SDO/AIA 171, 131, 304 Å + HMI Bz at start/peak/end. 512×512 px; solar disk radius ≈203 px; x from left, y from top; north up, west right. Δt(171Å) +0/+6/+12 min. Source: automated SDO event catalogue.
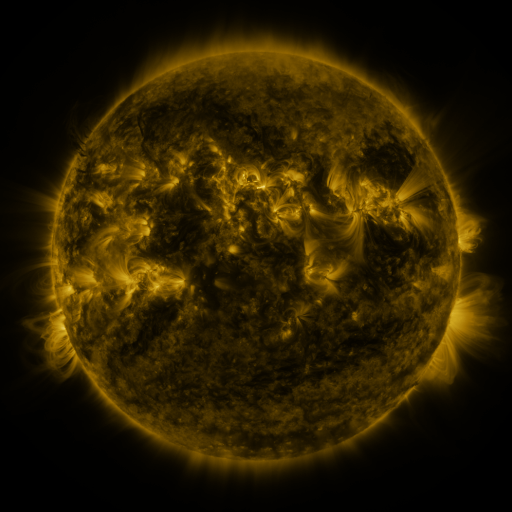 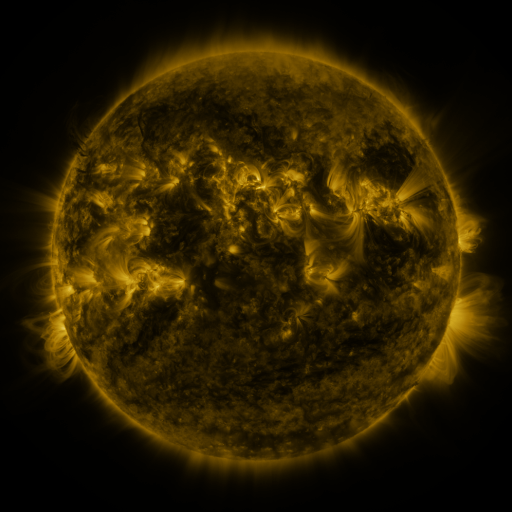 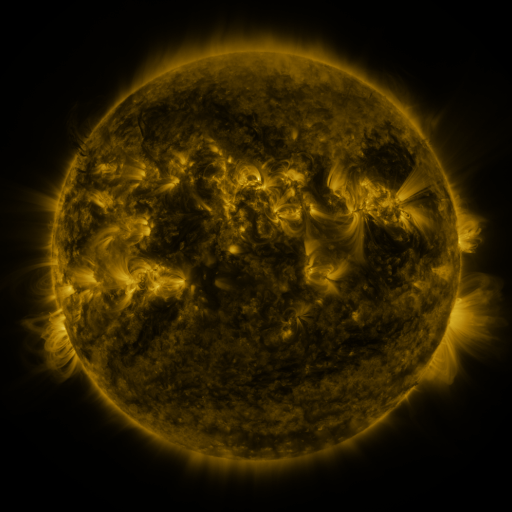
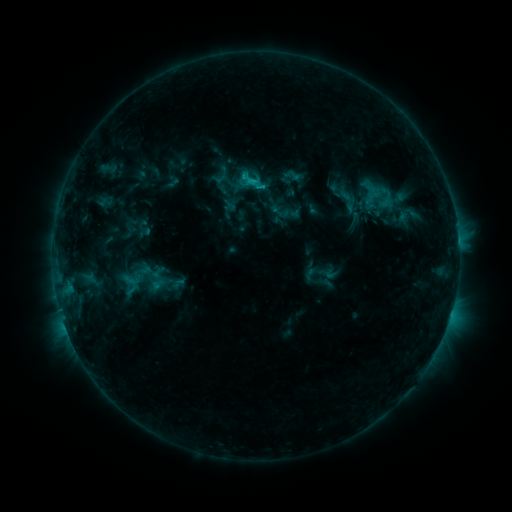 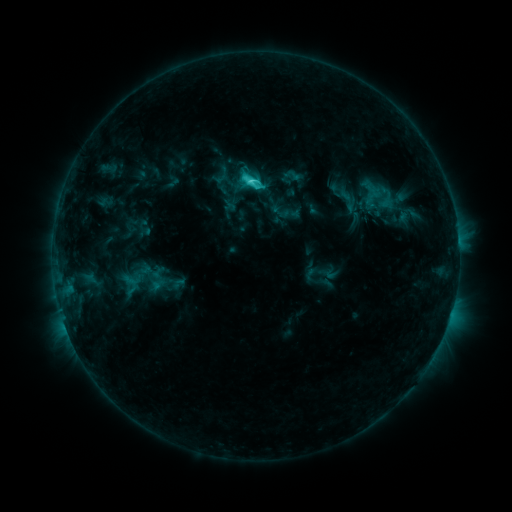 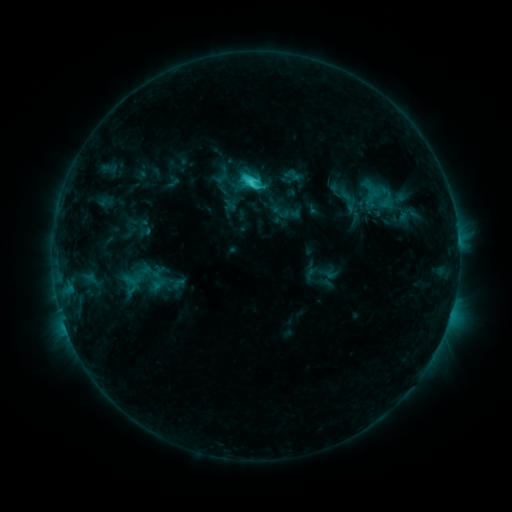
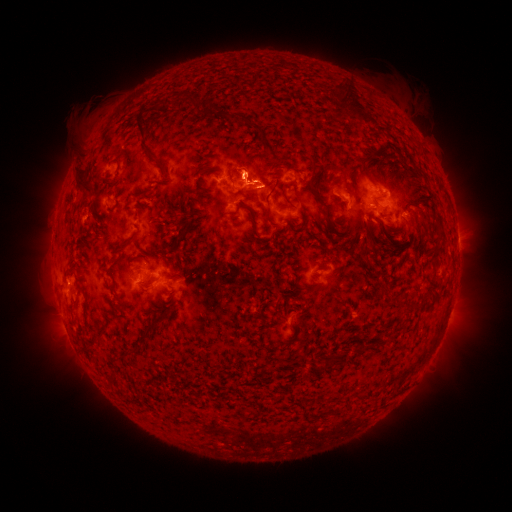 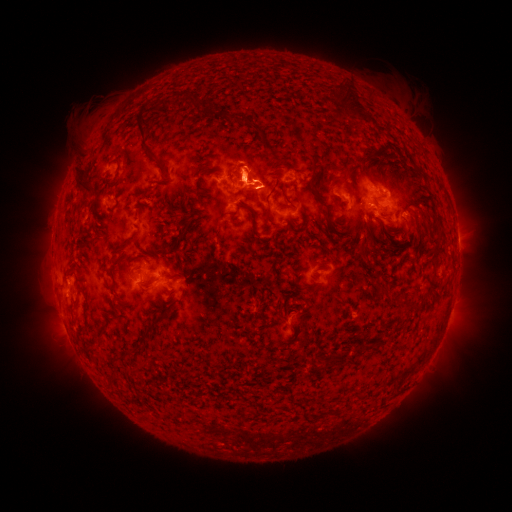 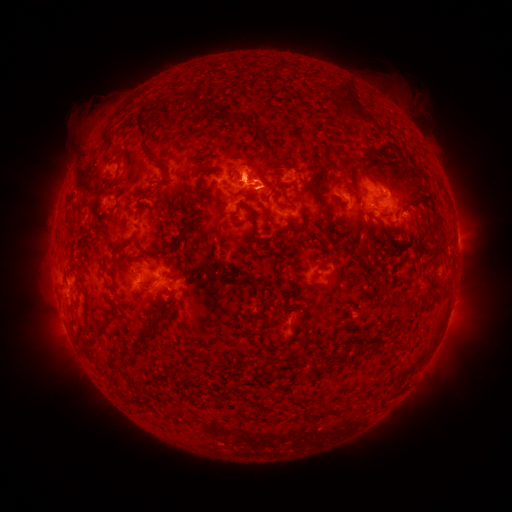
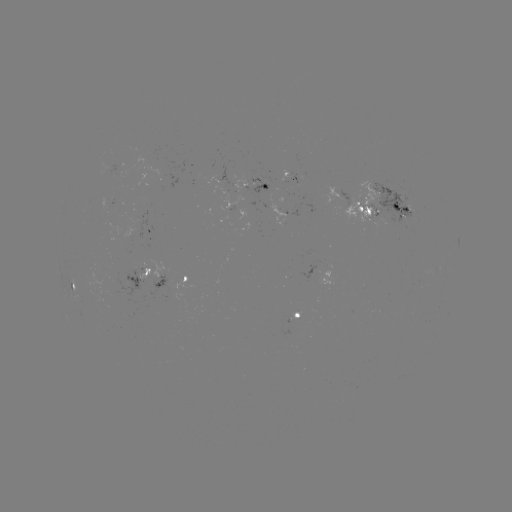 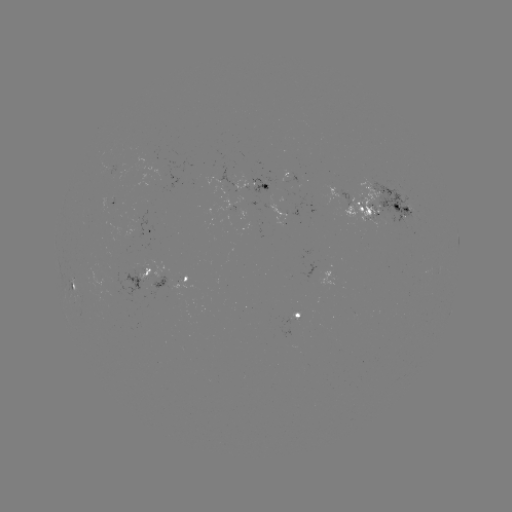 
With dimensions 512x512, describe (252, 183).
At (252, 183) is C2.8 flare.